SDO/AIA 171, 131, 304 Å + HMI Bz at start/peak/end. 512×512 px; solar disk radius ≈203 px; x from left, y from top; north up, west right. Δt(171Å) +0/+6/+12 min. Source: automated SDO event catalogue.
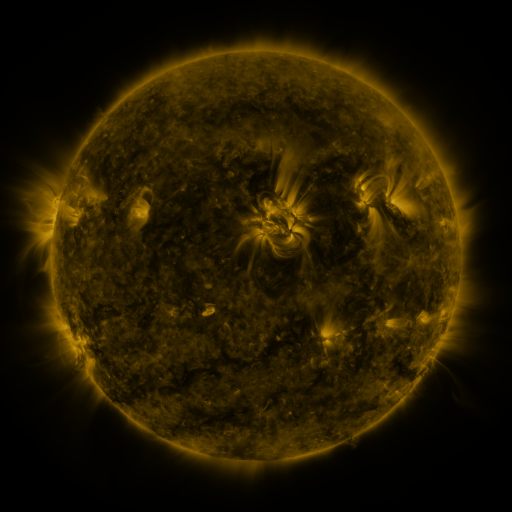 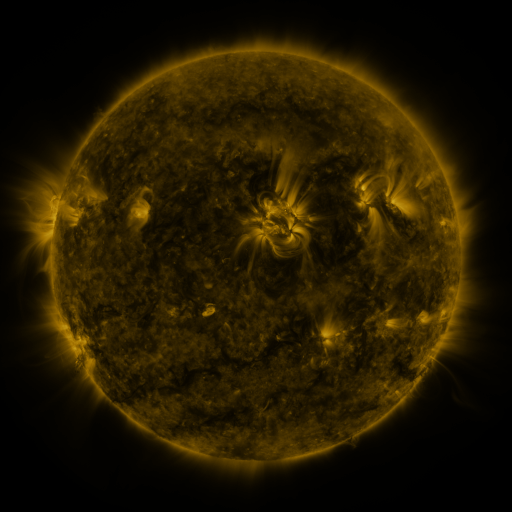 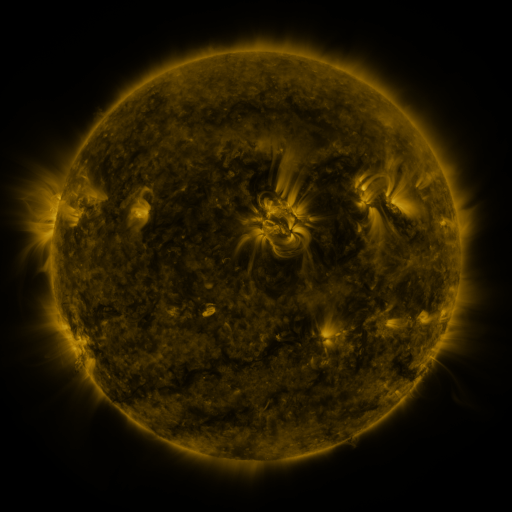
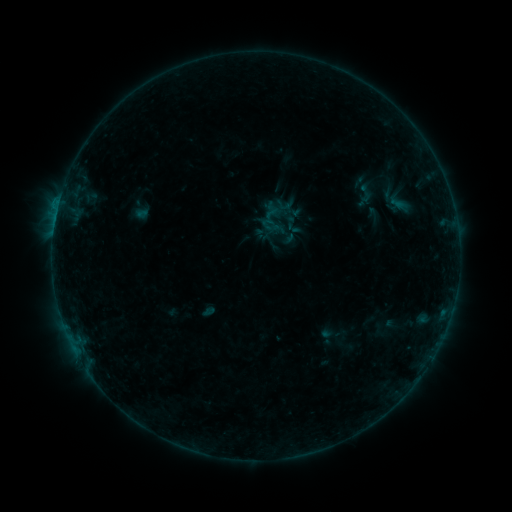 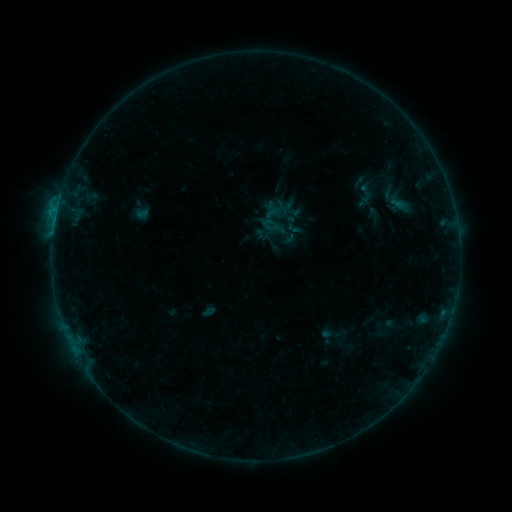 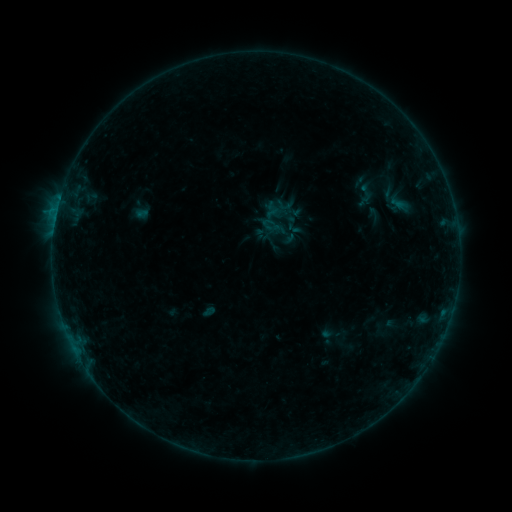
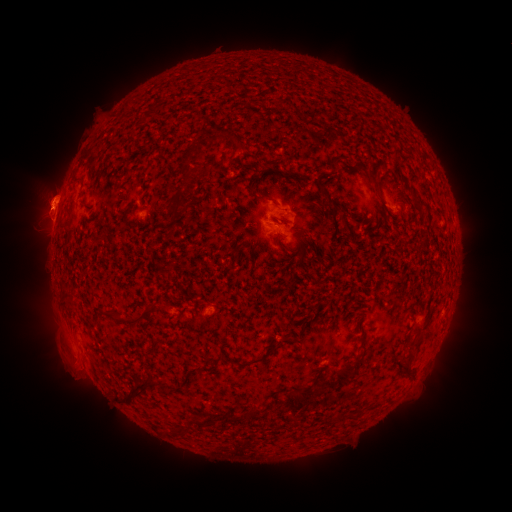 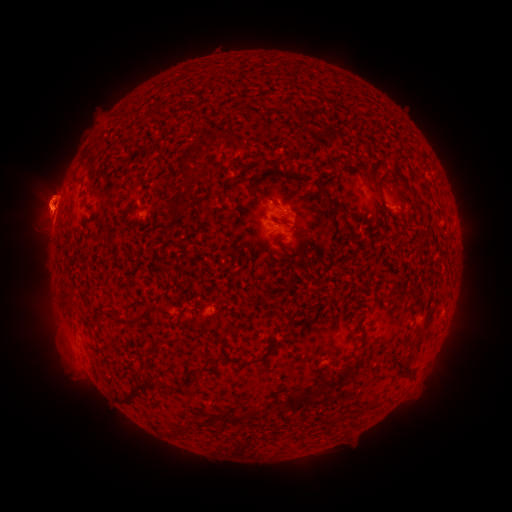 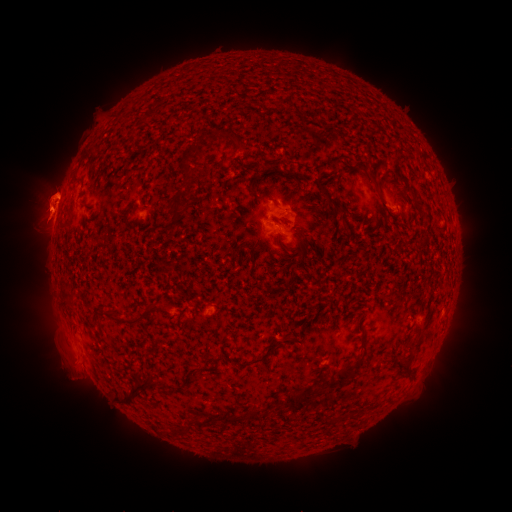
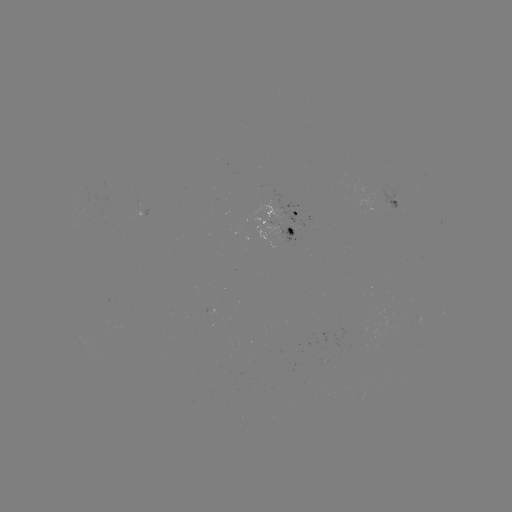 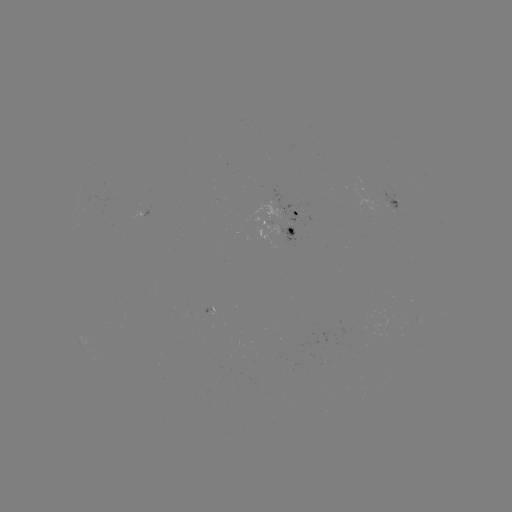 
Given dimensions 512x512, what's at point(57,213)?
B3.2 flare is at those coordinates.